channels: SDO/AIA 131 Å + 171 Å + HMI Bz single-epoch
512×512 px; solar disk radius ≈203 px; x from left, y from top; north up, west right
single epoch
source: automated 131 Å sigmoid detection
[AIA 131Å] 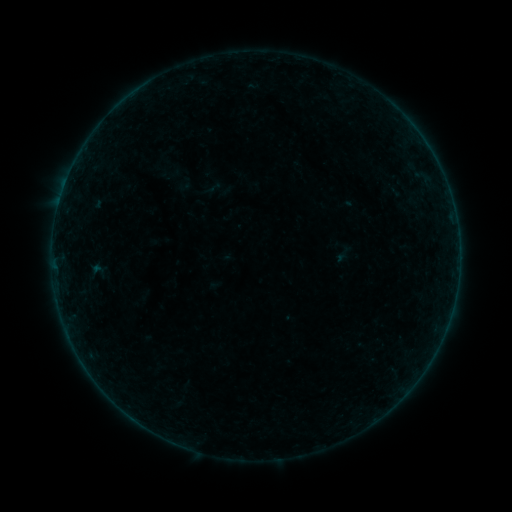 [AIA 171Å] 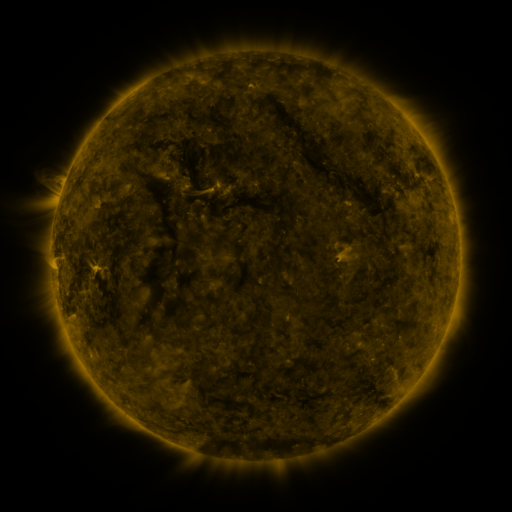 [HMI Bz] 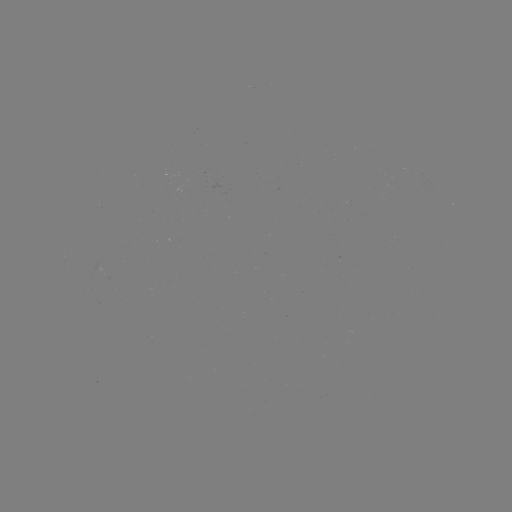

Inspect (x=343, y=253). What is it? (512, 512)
sigmoid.